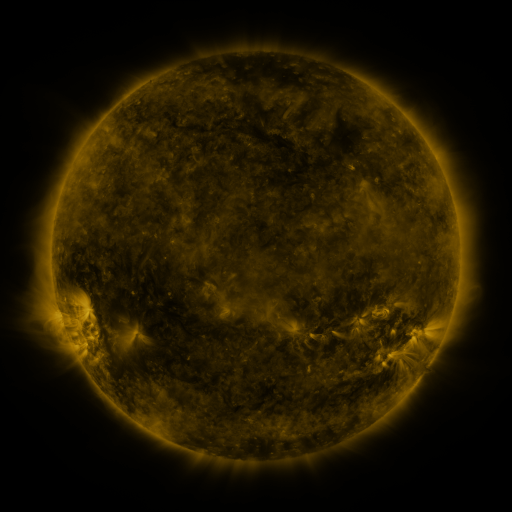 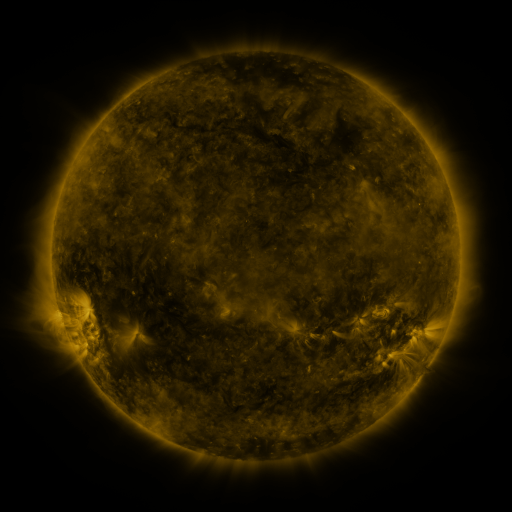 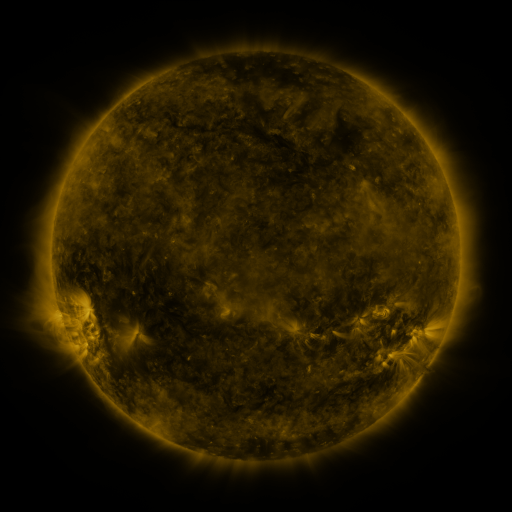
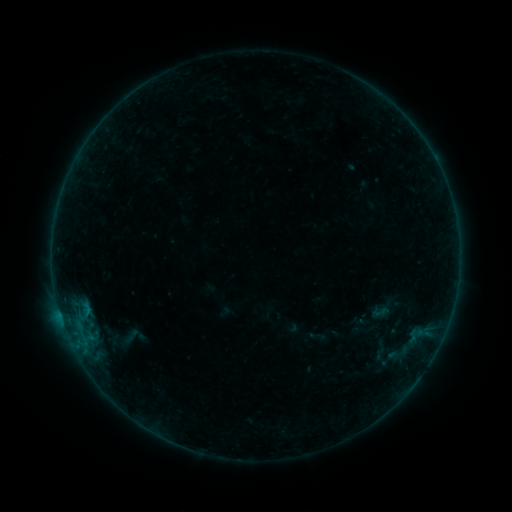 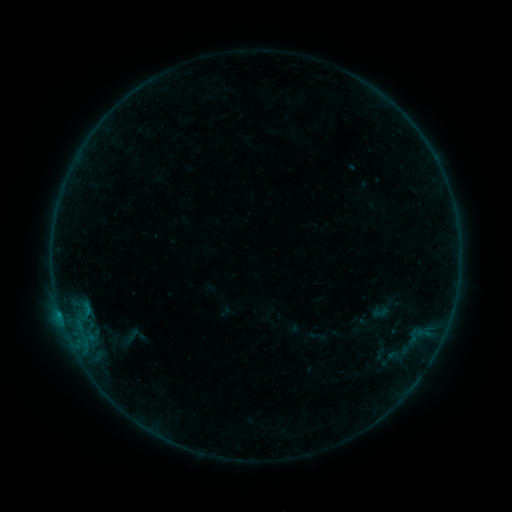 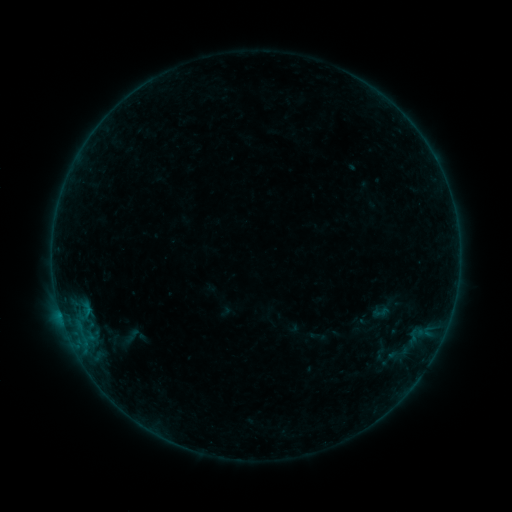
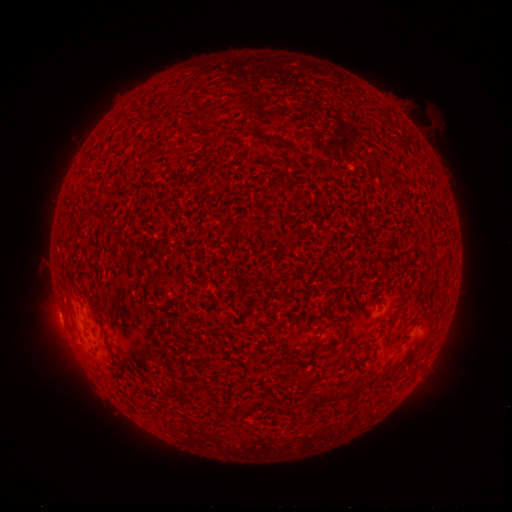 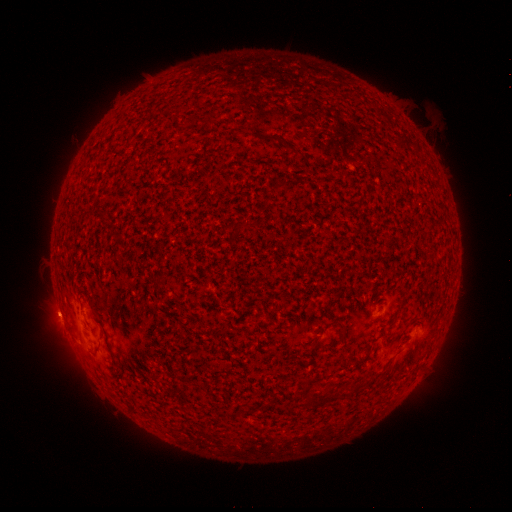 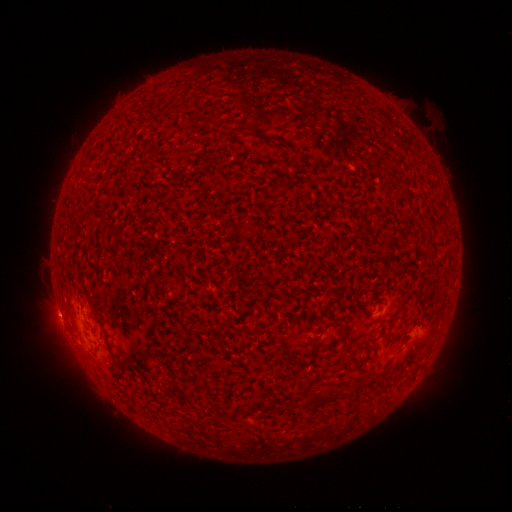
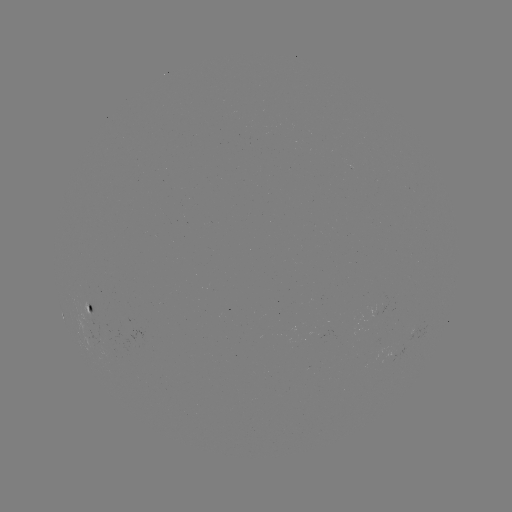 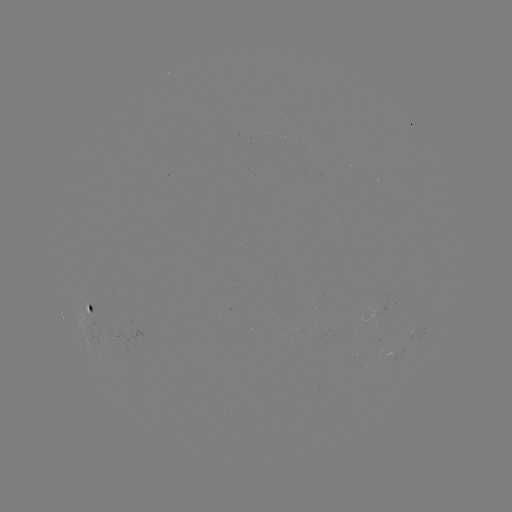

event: flare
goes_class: B2.0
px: (60, 311)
